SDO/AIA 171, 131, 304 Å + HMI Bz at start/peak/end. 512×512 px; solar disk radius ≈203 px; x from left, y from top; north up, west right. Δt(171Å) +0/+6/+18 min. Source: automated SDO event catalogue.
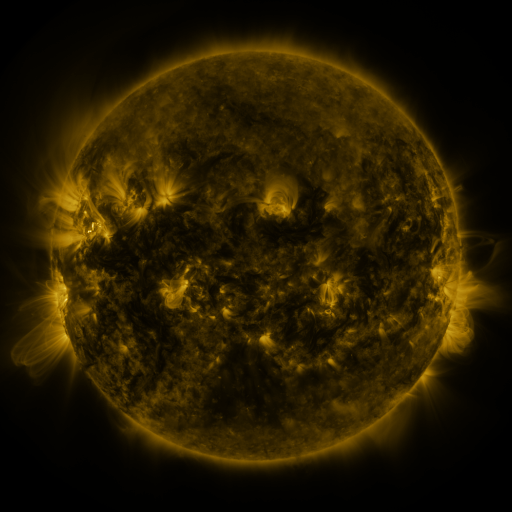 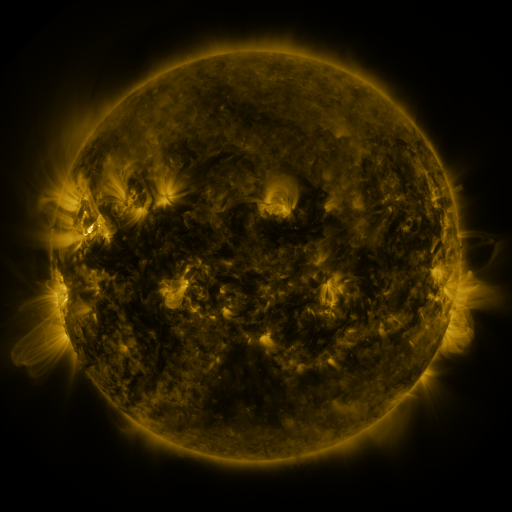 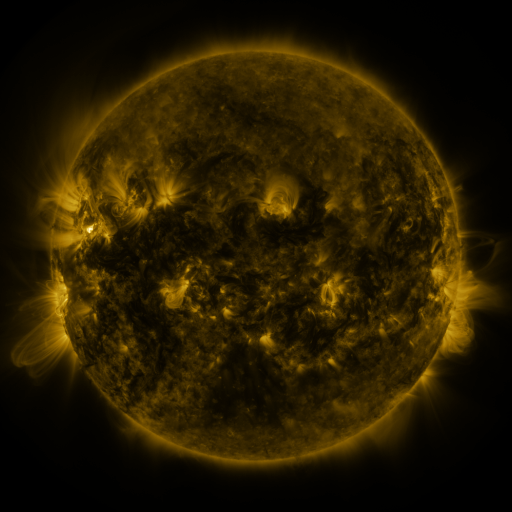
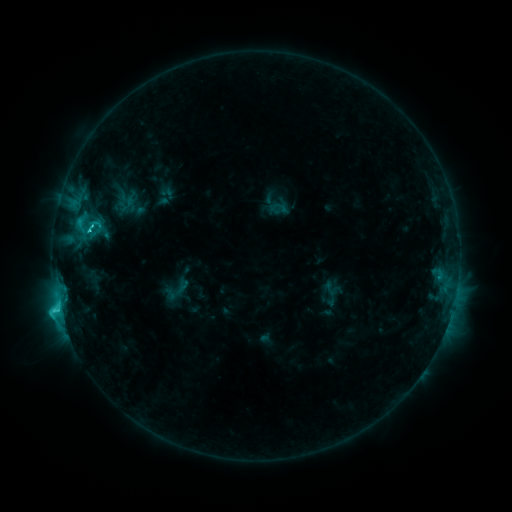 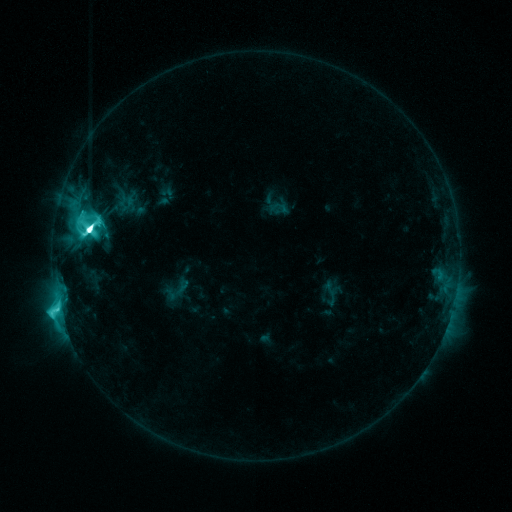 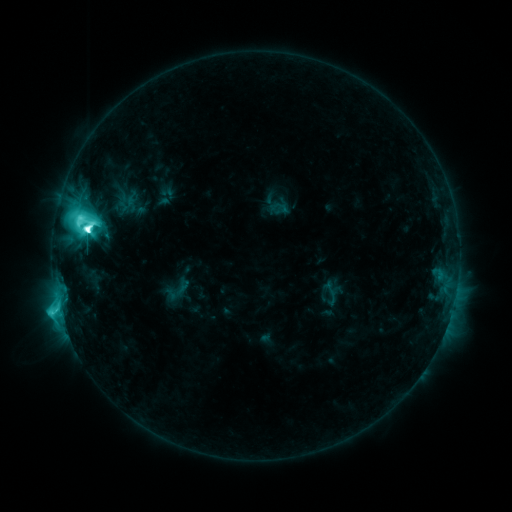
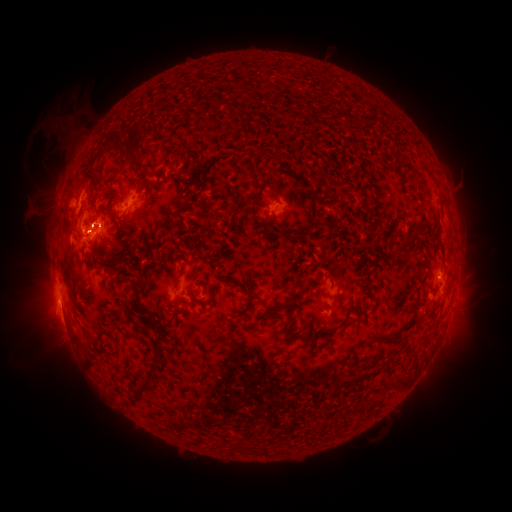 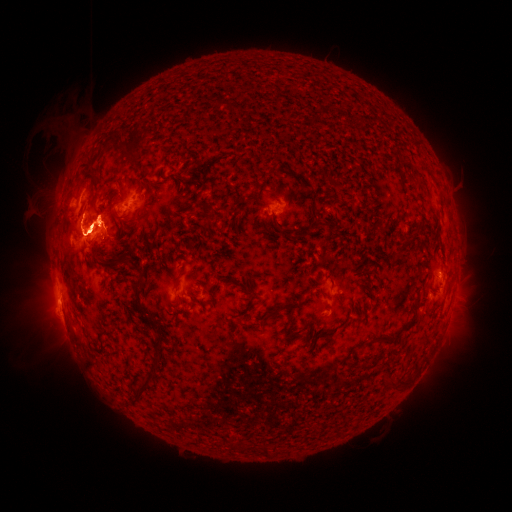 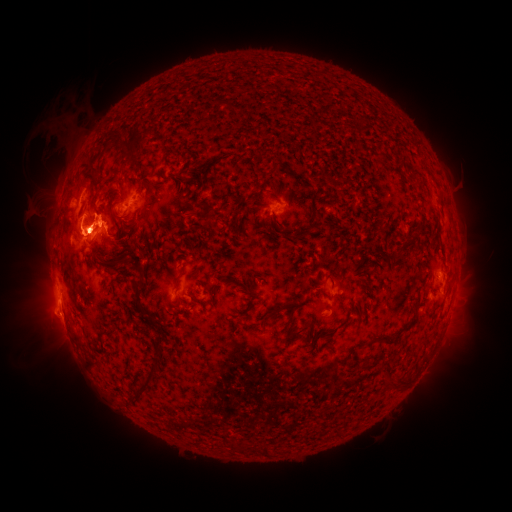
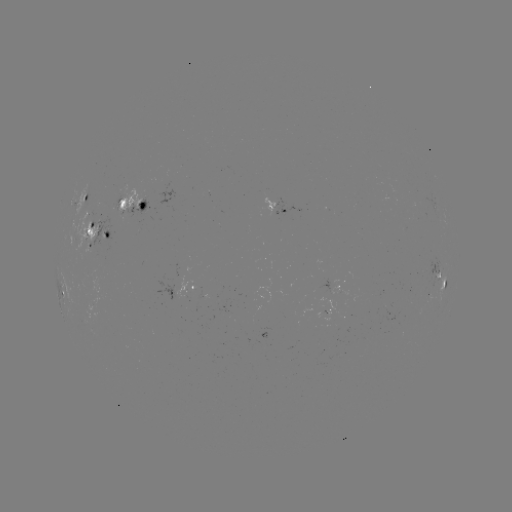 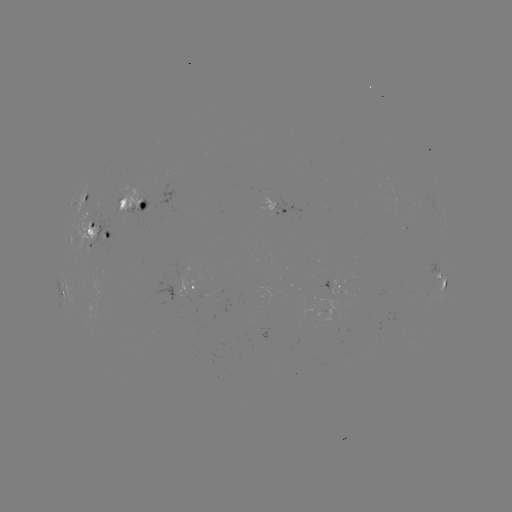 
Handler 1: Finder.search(M5.2 flare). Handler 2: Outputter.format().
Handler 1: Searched M5.2 flare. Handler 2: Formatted [89, 231].